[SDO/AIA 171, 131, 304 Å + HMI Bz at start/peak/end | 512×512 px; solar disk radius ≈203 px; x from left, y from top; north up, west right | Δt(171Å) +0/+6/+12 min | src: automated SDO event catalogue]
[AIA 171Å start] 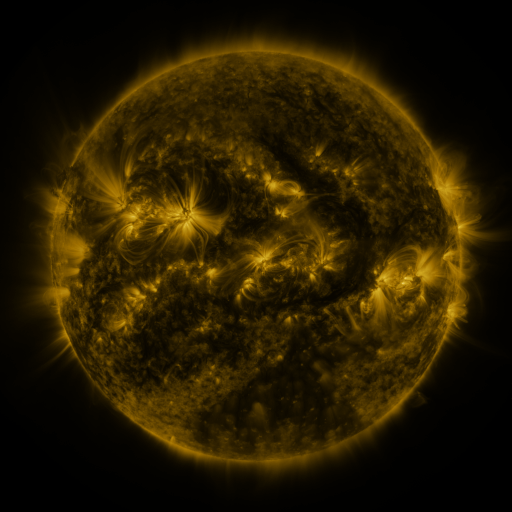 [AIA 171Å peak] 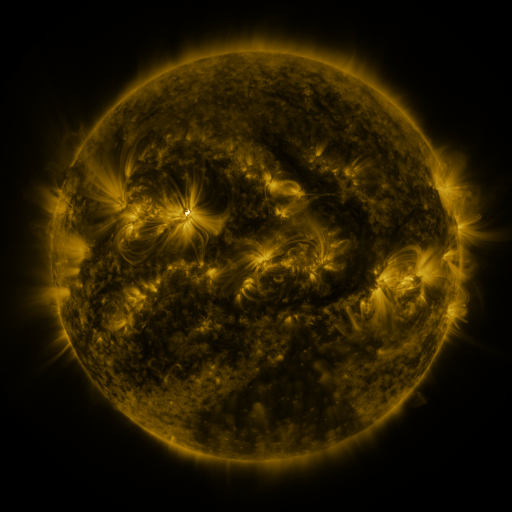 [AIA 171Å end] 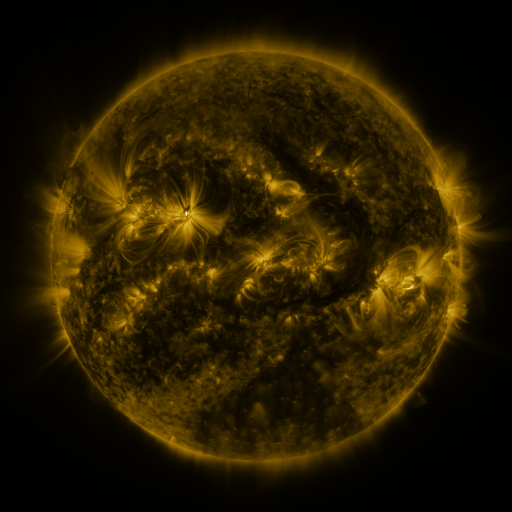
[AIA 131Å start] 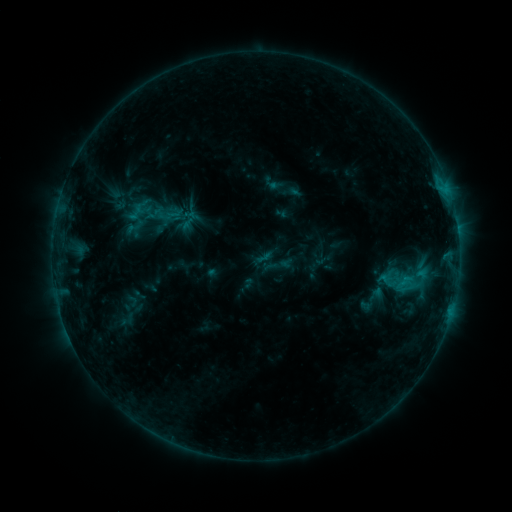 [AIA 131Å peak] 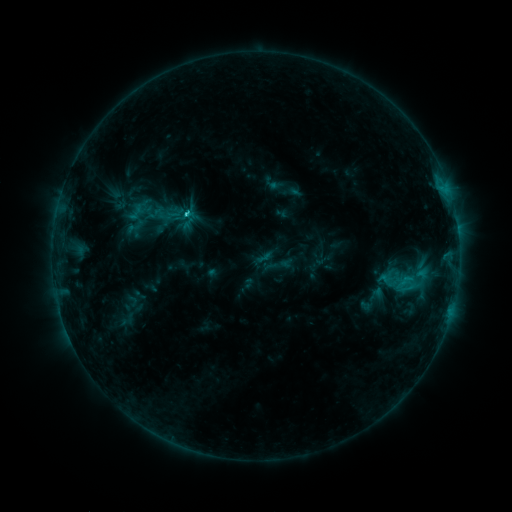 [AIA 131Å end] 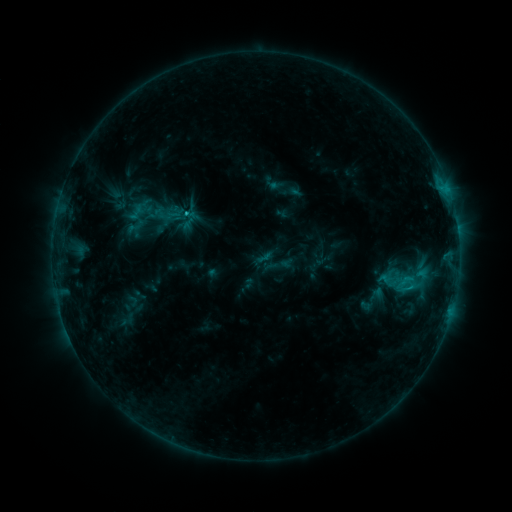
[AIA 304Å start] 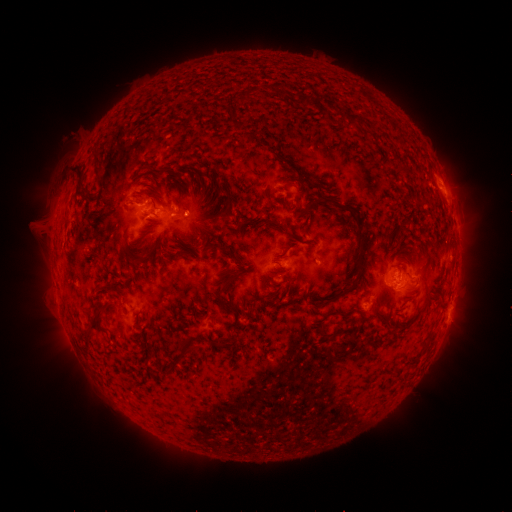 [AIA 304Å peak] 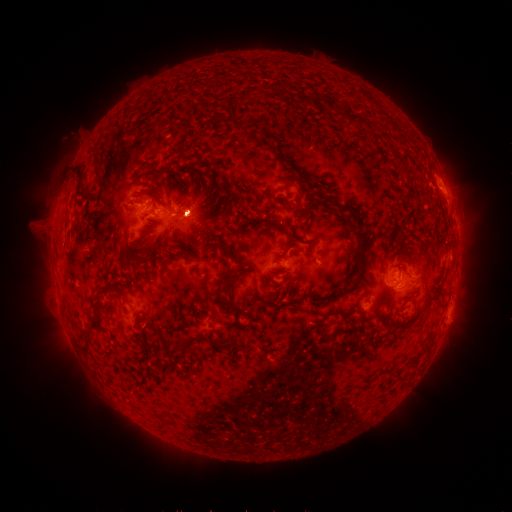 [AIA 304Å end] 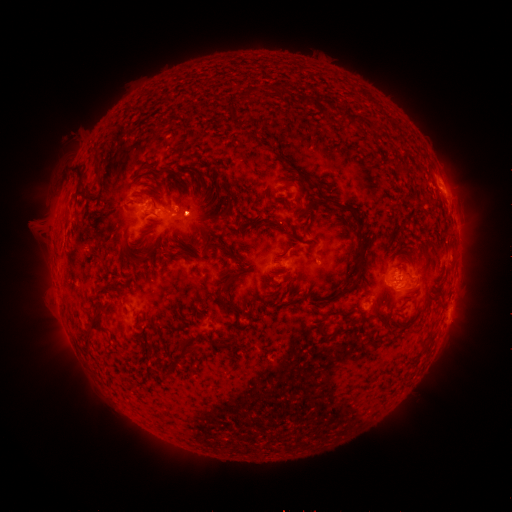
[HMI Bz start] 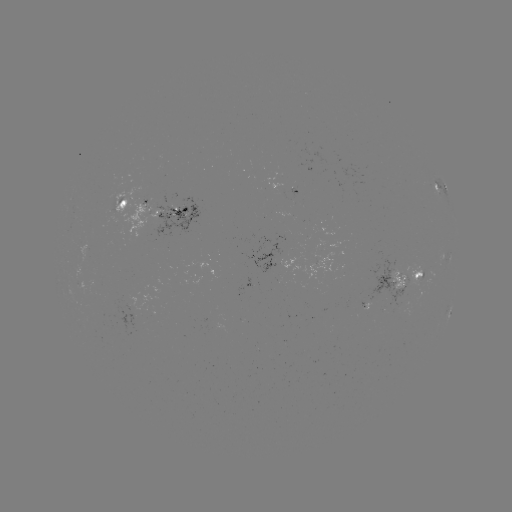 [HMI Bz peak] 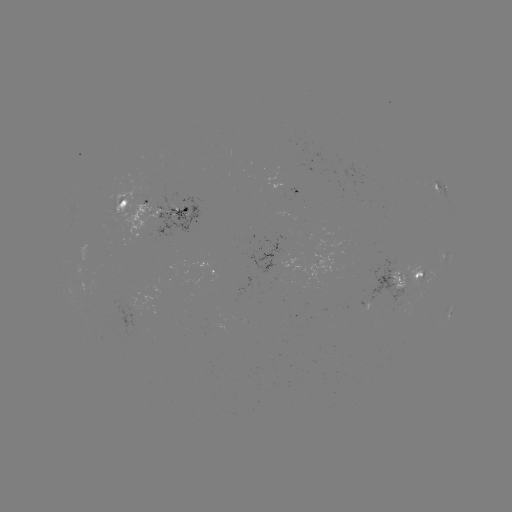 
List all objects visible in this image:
eruption: (196, 213)
